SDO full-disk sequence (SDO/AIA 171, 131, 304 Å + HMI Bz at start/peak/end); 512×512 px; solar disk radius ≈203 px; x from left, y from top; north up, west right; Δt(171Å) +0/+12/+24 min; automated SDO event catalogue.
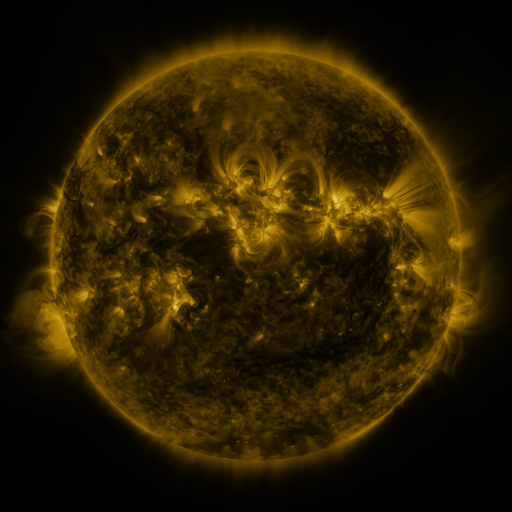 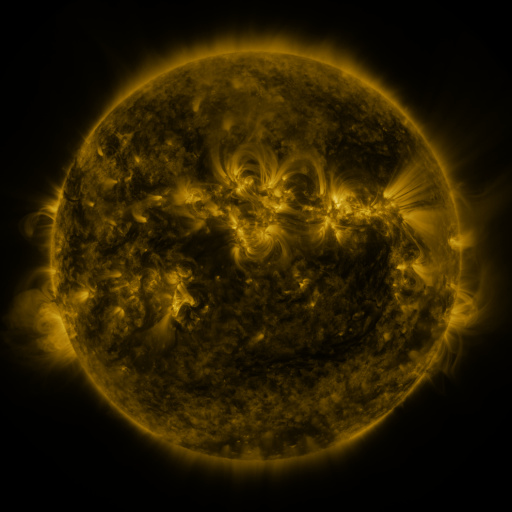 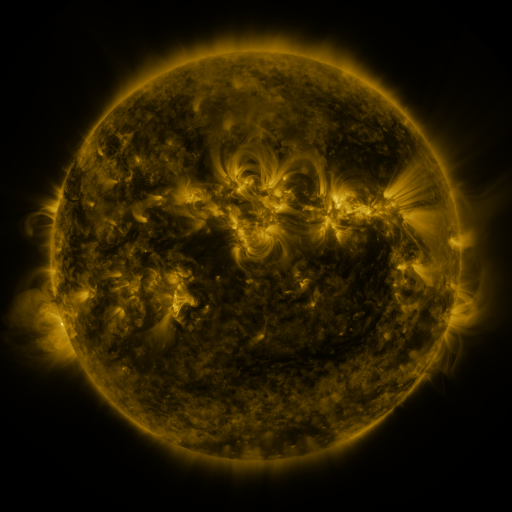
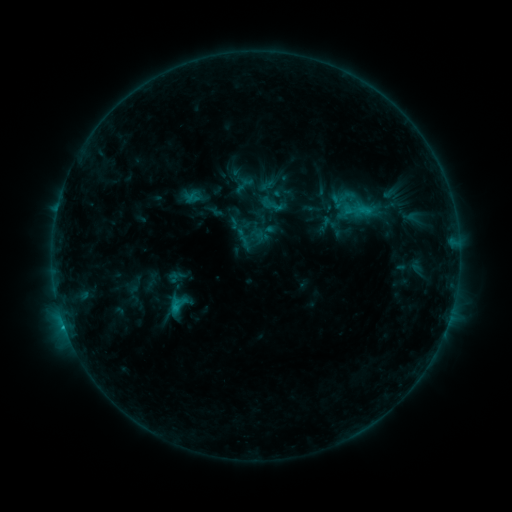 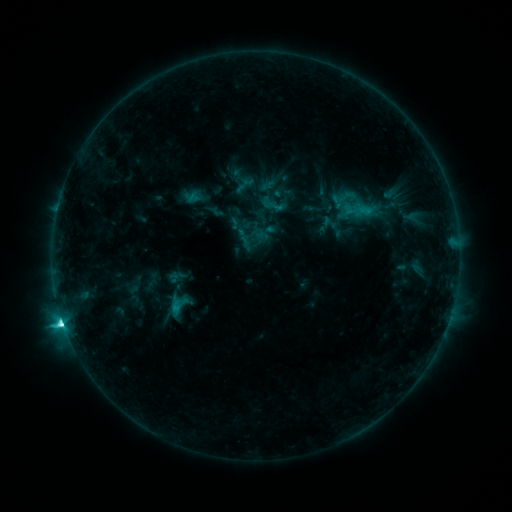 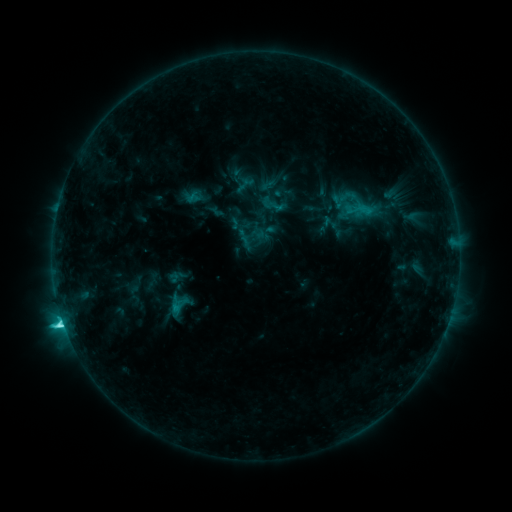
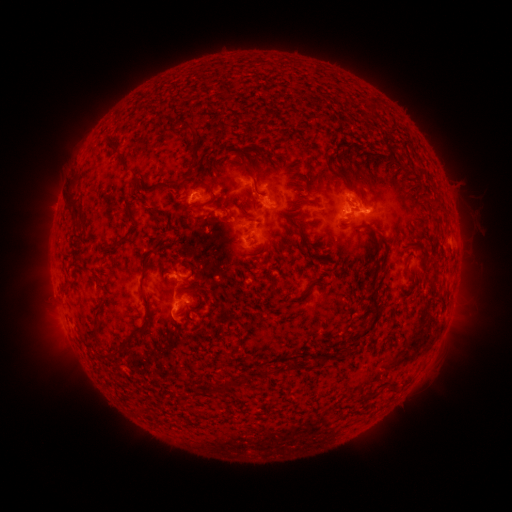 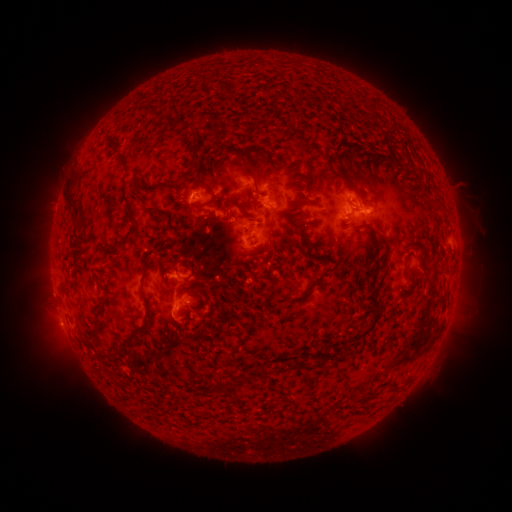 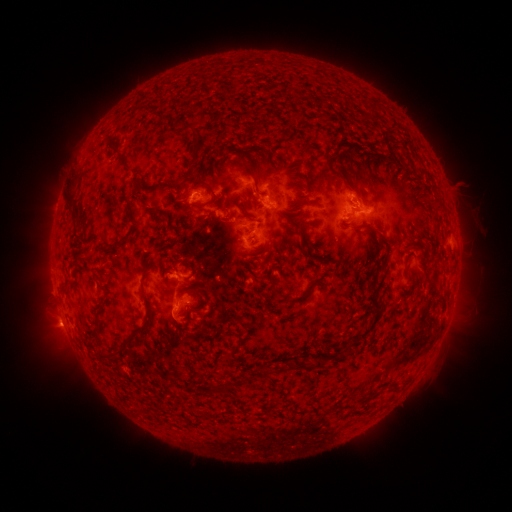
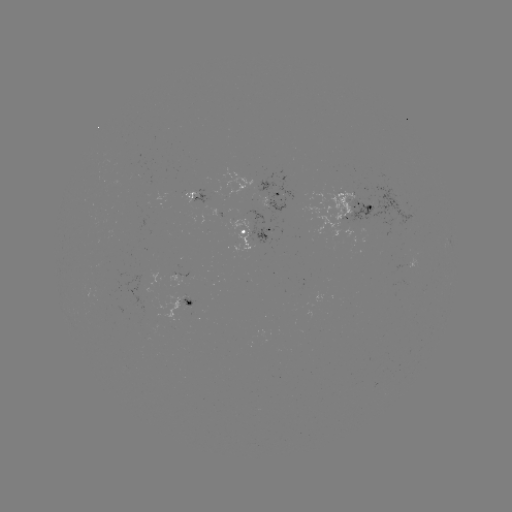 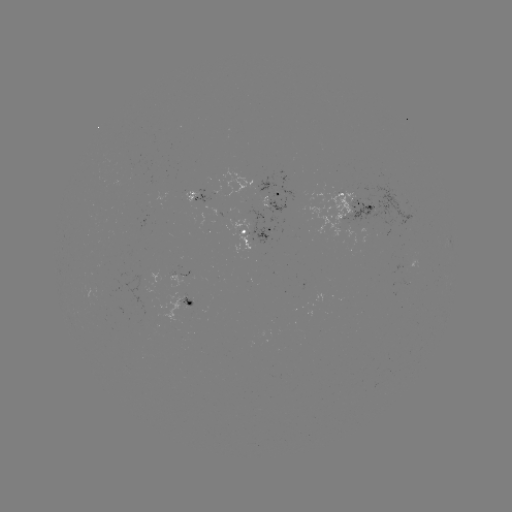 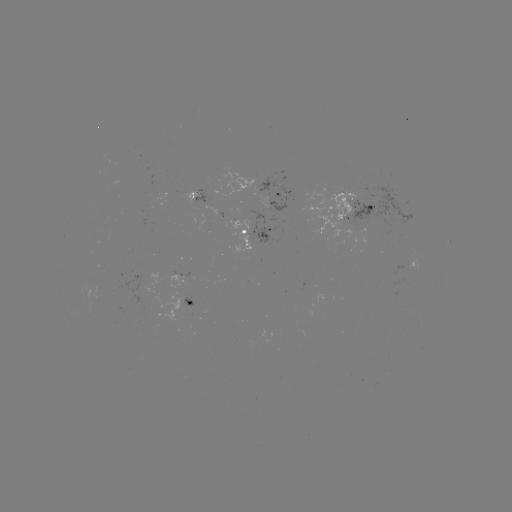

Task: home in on C6.0 flare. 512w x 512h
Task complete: [66, 328].